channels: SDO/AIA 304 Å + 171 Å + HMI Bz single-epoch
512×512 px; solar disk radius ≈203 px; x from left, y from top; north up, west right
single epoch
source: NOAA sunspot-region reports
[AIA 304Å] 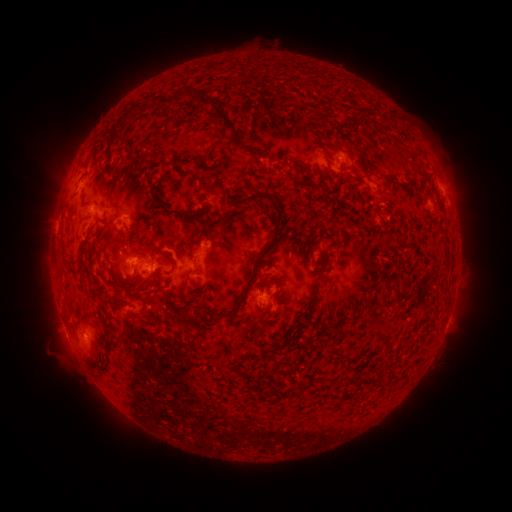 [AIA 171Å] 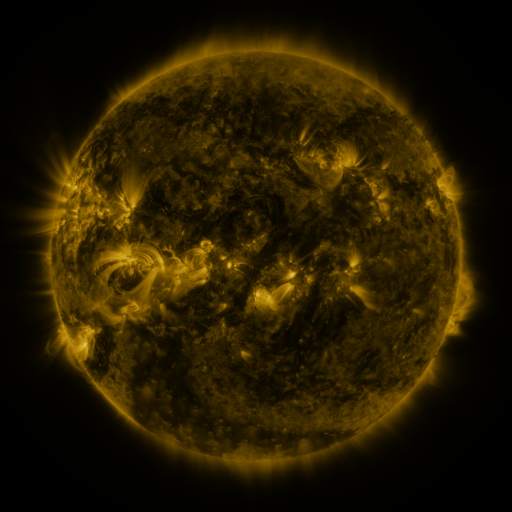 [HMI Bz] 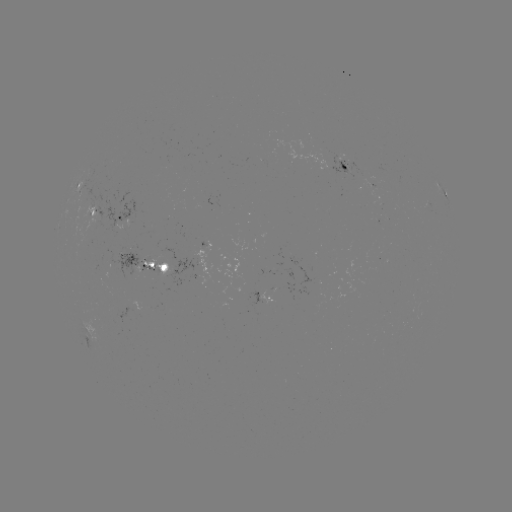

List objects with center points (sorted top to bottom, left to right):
spotted active region: (352, 170)
spotted active region: (83, 183)
spotted active region: (372, 187)
spotted active region: (444, 194)
spotted active region: (429, 205)
spotted active region: (92, 213)
spotted active region: (123, 216)
spotted active region: (148, 263)
spotted active region: (269, 298)
